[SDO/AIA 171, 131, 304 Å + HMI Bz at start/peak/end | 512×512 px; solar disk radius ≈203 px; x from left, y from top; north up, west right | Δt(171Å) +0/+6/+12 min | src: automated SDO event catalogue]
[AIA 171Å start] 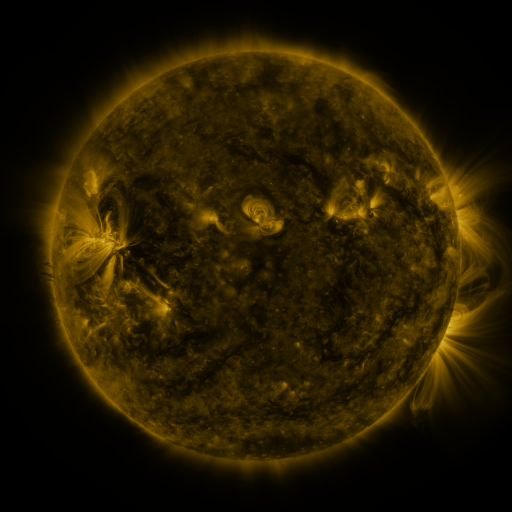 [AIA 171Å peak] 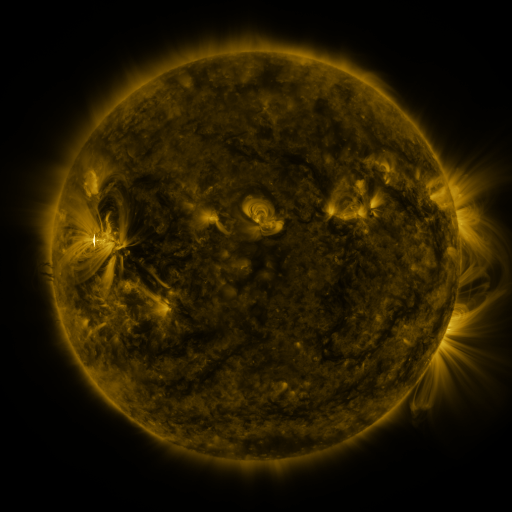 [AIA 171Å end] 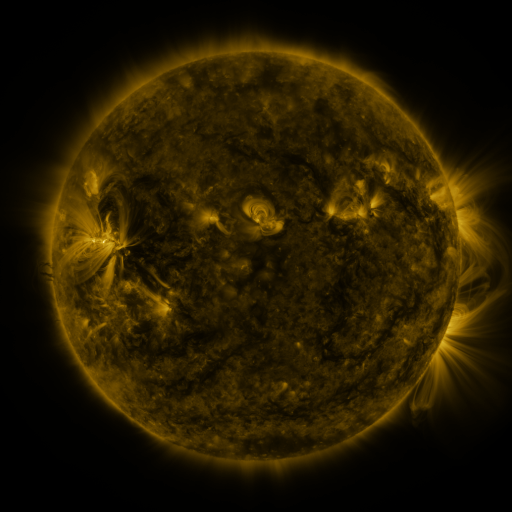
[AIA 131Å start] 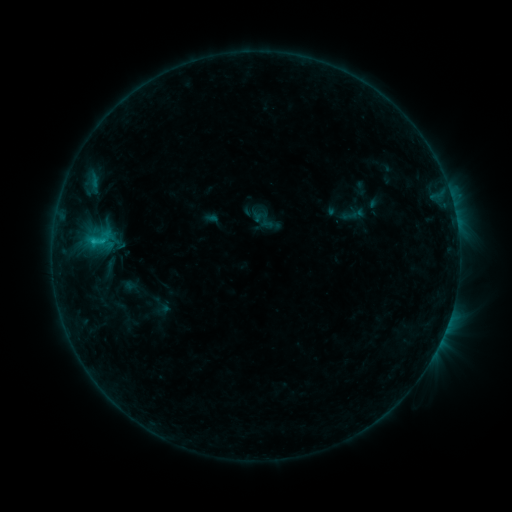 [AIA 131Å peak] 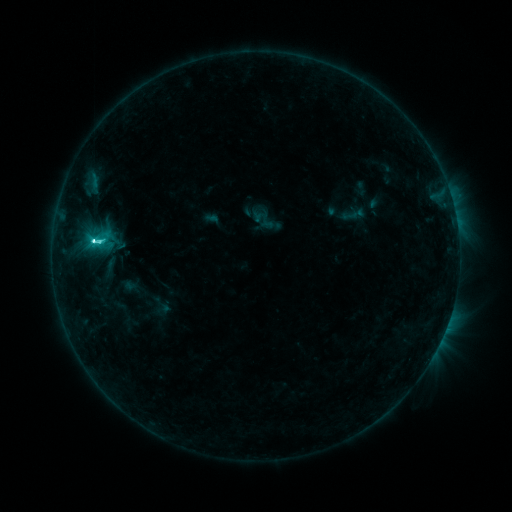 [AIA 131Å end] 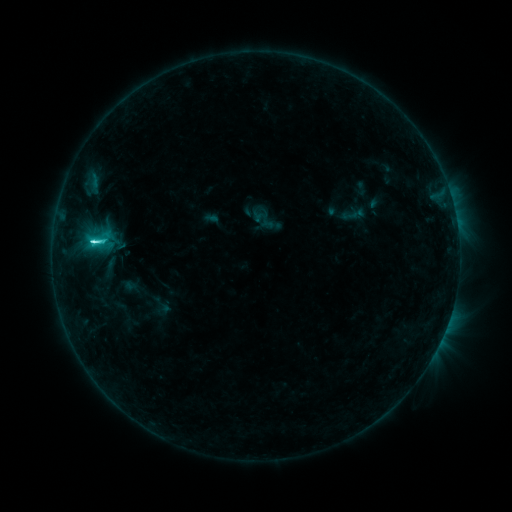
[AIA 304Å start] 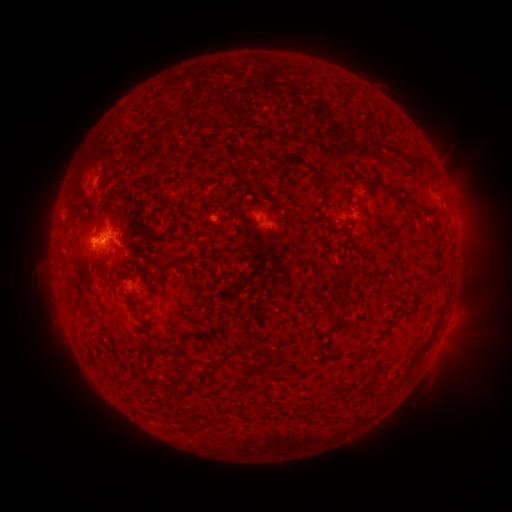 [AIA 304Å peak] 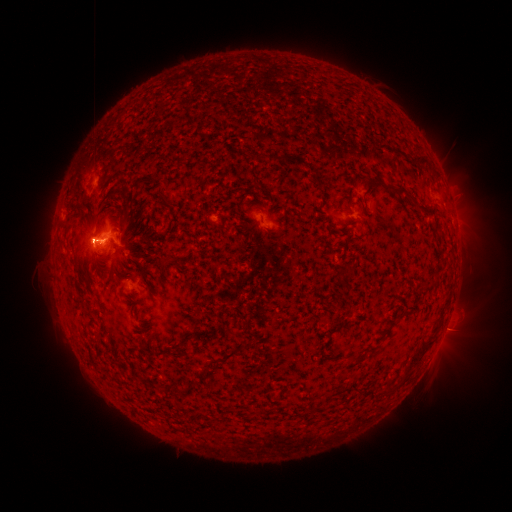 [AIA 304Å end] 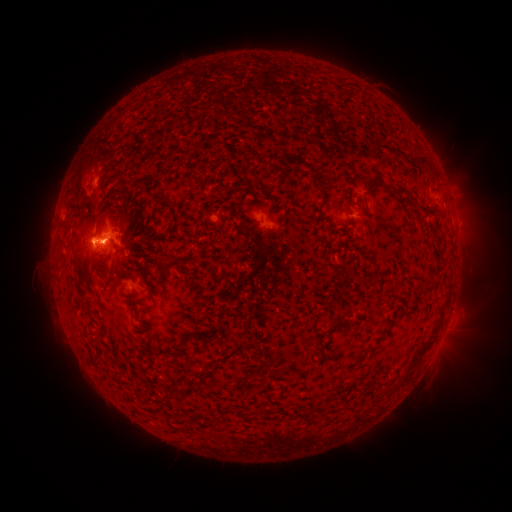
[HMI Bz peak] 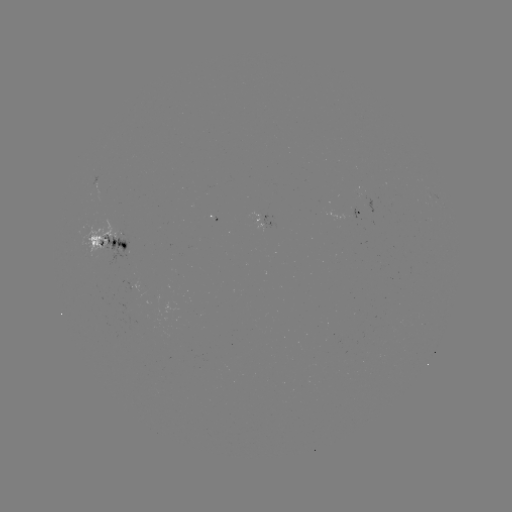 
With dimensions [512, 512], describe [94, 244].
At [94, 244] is M1.0 flare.